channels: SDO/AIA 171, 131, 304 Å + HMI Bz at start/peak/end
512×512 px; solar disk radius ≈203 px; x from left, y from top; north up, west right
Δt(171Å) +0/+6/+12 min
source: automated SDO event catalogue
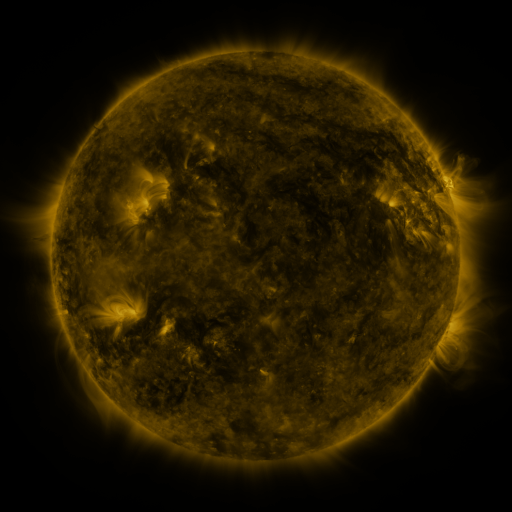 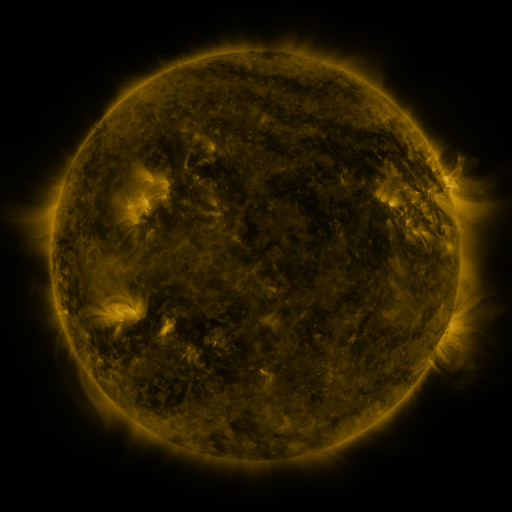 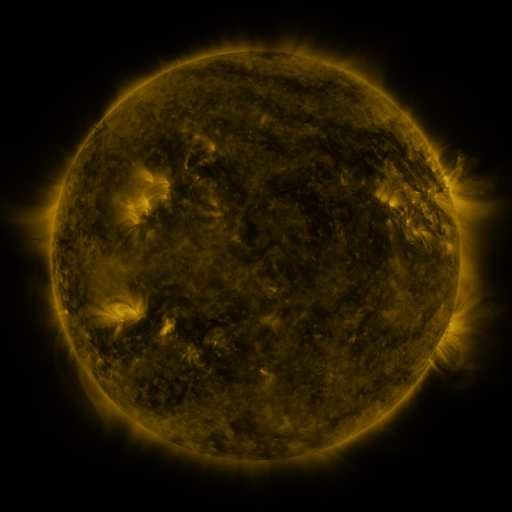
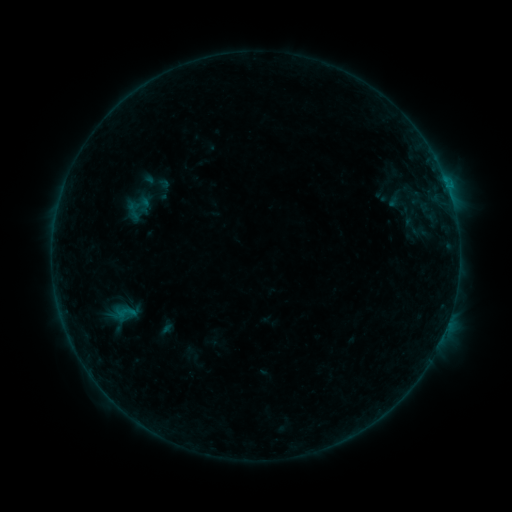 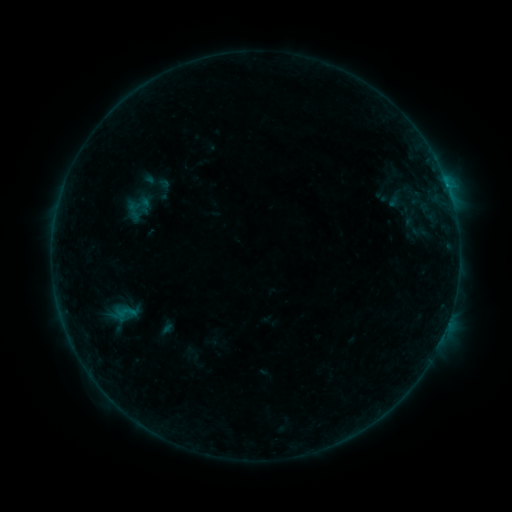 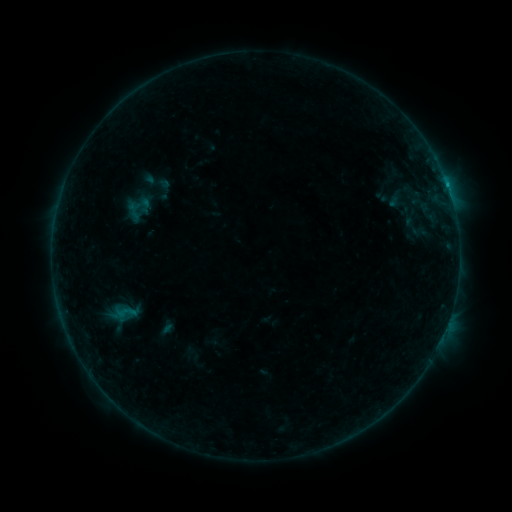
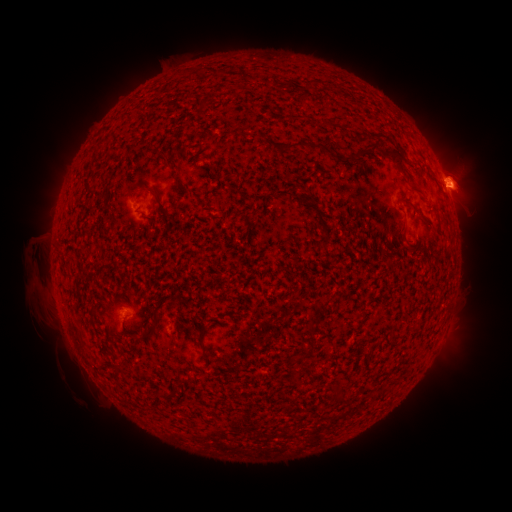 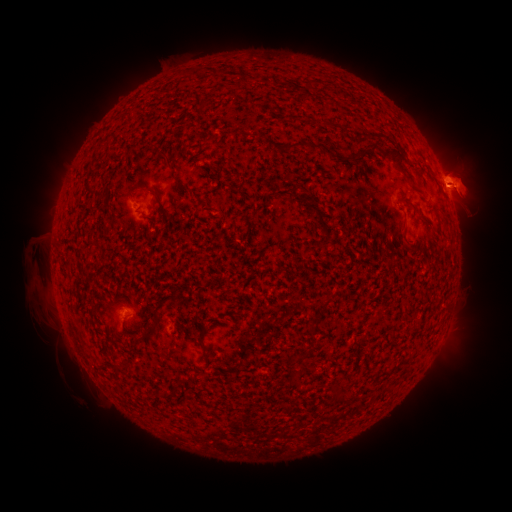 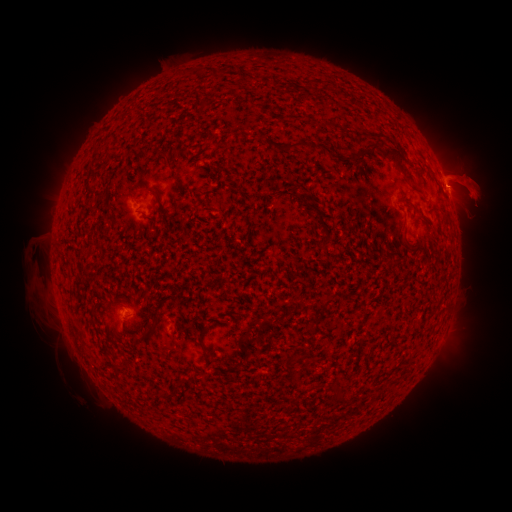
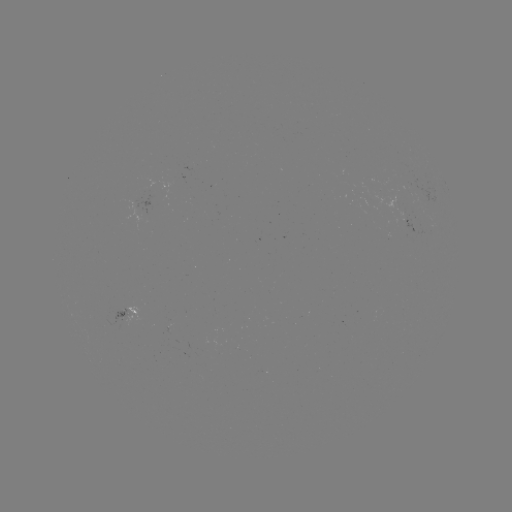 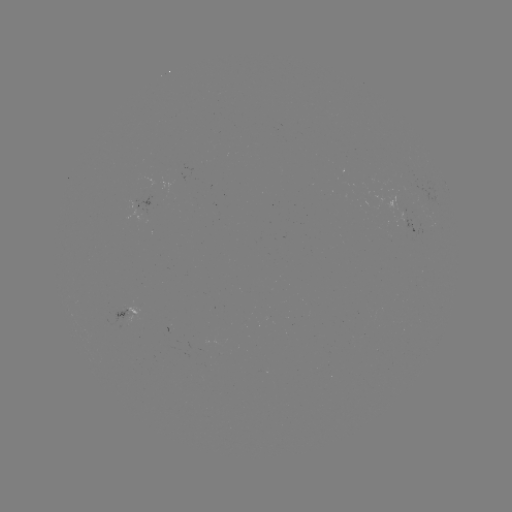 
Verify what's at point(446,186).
B2.9 flare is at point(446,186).